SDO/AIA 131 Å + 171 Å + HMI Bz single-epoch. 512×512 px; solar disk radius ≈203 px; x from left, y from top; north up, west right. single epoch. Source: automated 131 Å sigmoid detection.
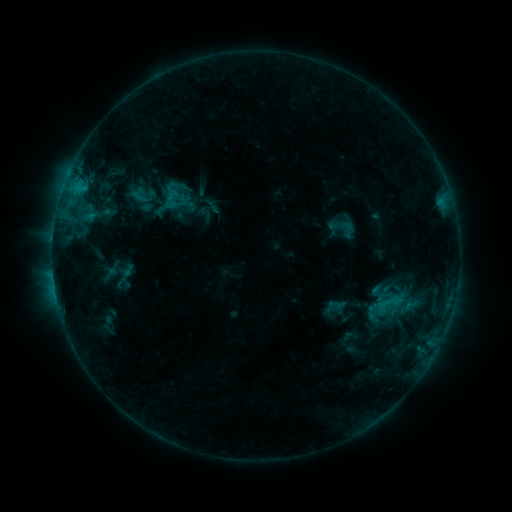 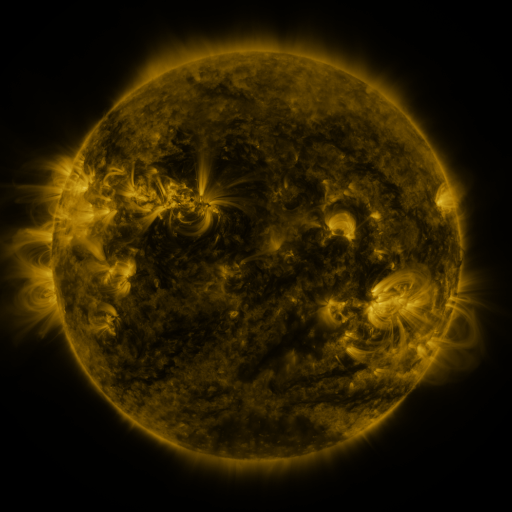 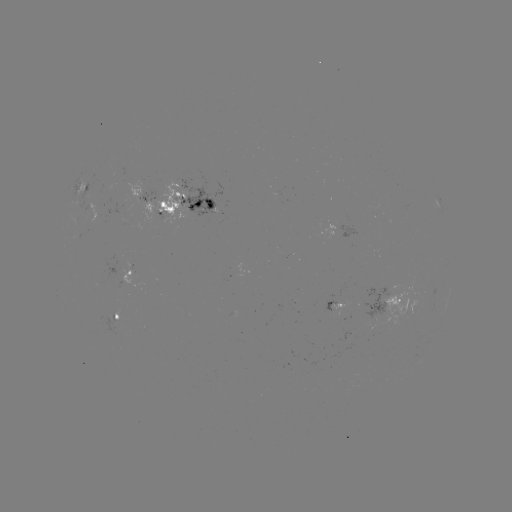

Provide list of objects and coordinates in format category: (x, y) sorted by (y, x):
sigmoid: (389, 304)
